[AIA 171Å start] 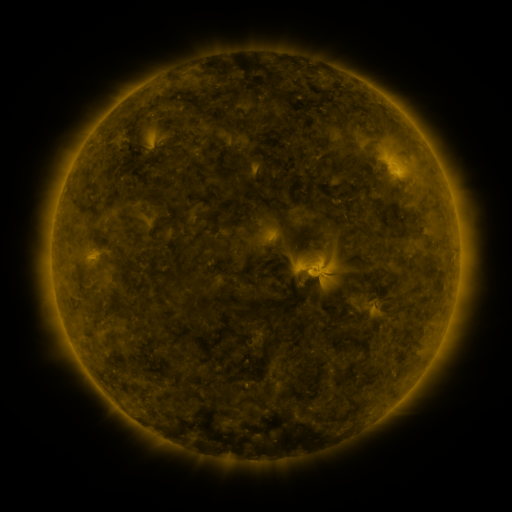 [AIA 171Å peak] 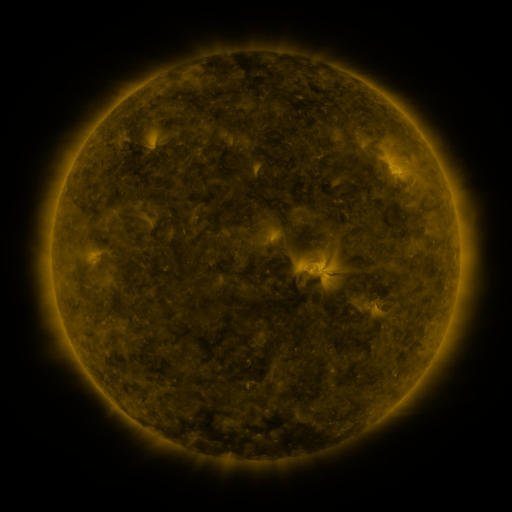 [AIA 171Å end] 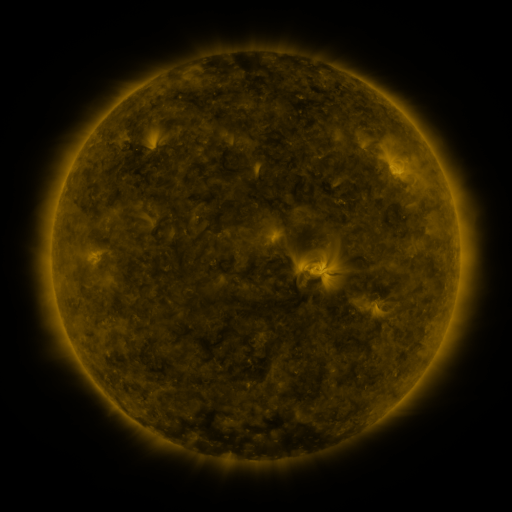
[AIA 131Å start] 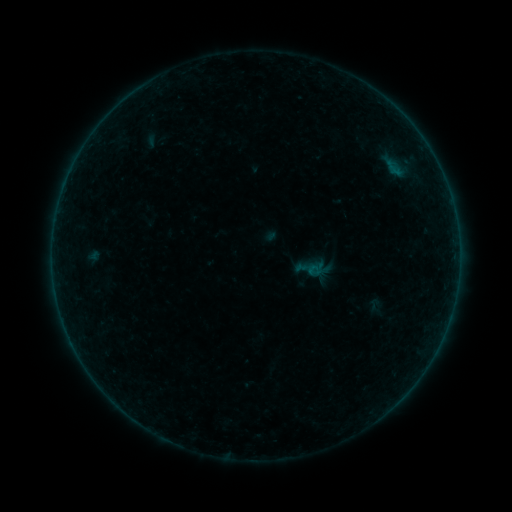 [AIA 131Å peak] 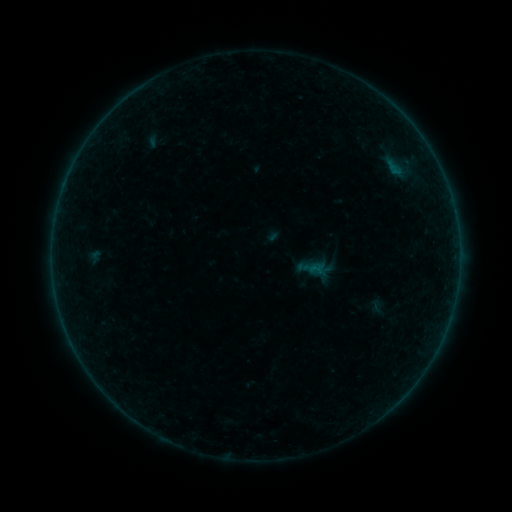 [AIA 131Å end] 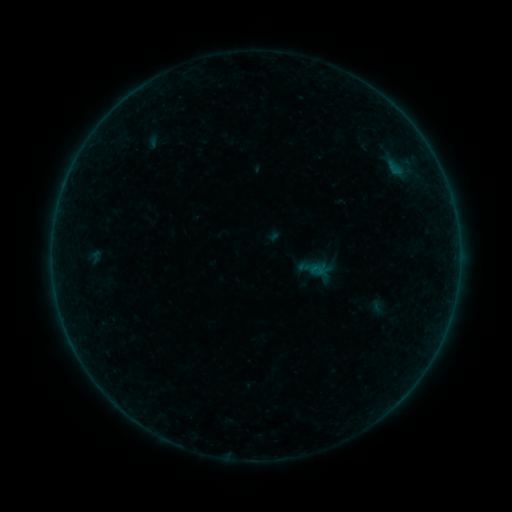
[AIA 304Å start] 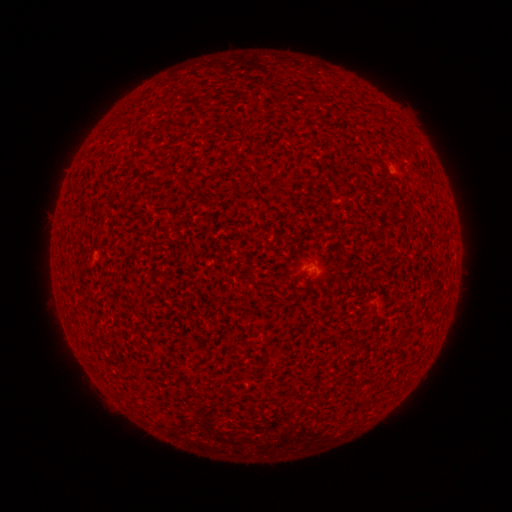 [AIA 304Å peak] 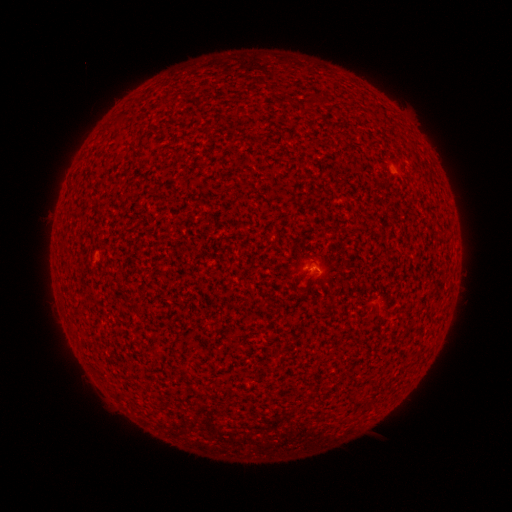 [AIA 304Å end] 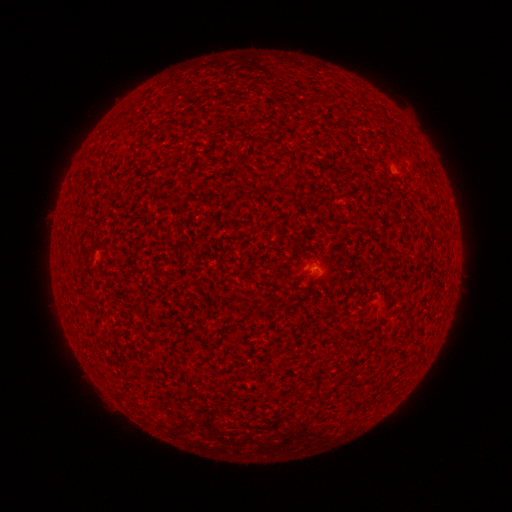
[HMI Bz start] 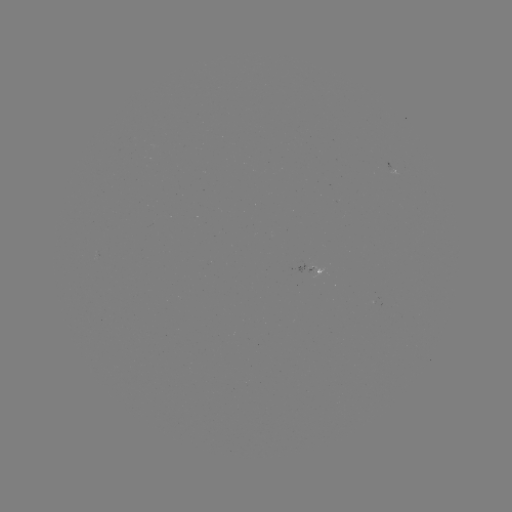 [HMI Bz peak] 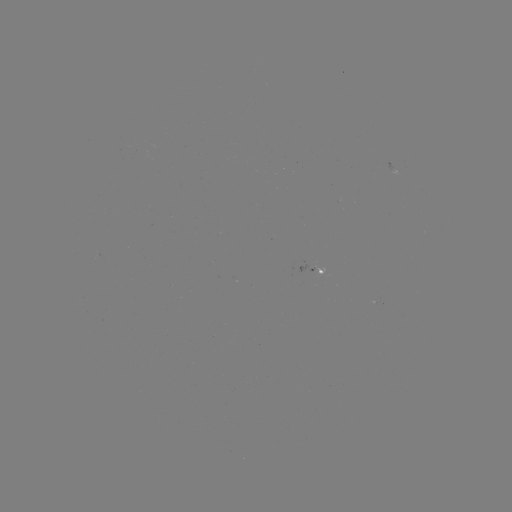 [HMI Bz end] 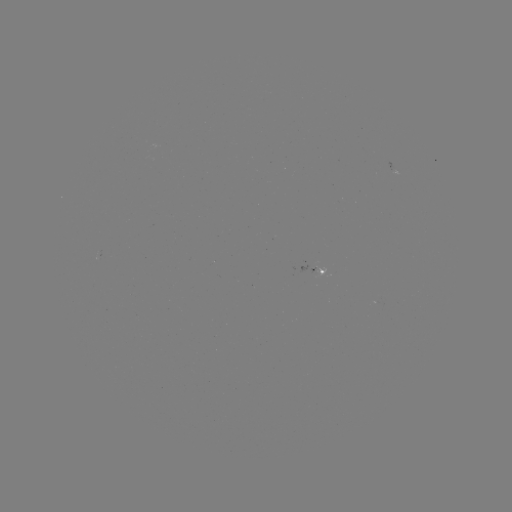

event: flare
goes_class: A5.3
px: (311, 266)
